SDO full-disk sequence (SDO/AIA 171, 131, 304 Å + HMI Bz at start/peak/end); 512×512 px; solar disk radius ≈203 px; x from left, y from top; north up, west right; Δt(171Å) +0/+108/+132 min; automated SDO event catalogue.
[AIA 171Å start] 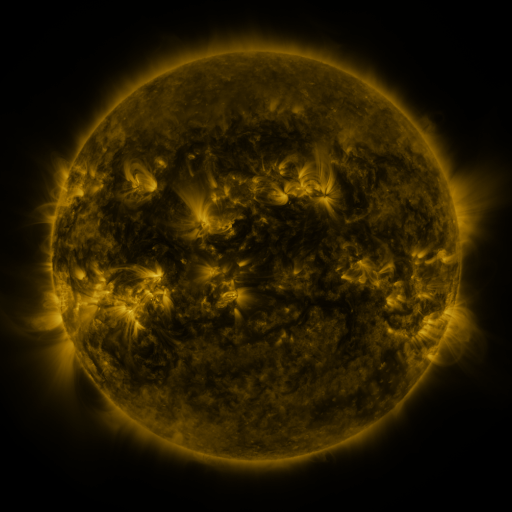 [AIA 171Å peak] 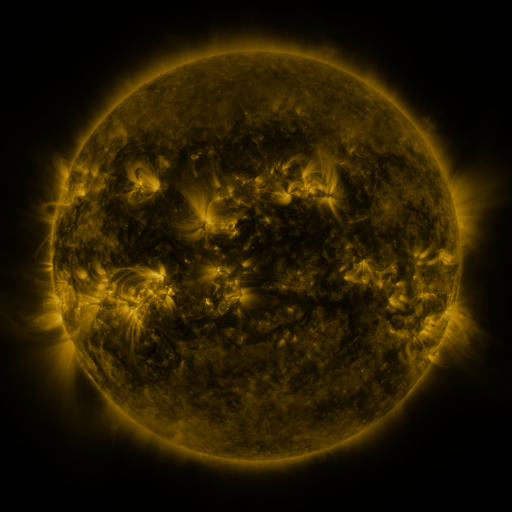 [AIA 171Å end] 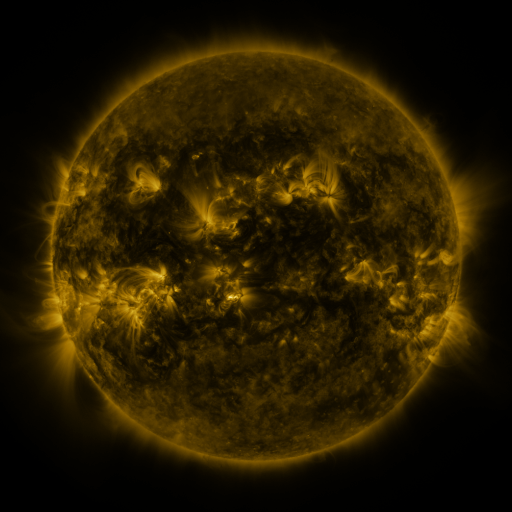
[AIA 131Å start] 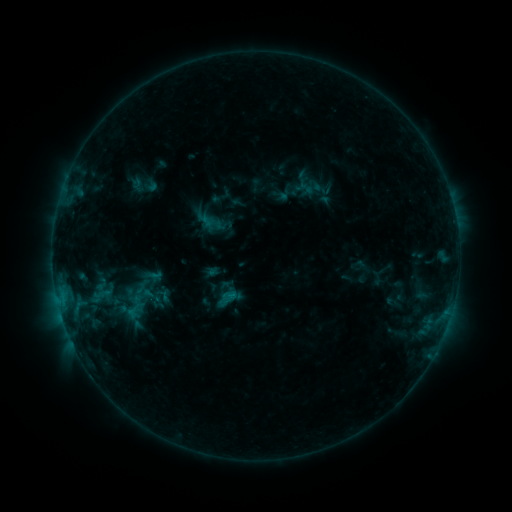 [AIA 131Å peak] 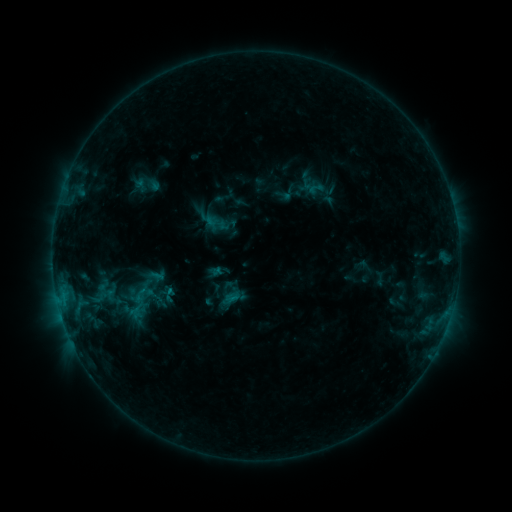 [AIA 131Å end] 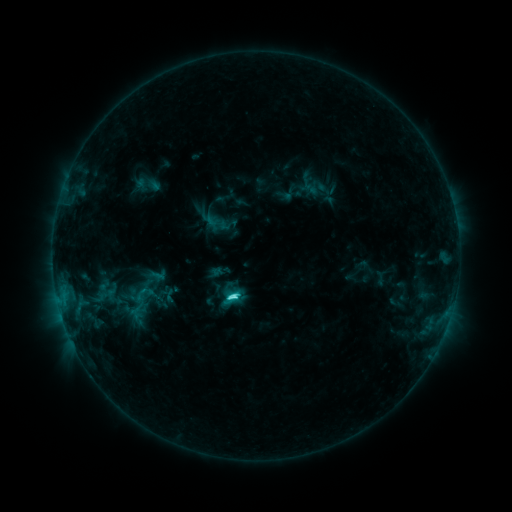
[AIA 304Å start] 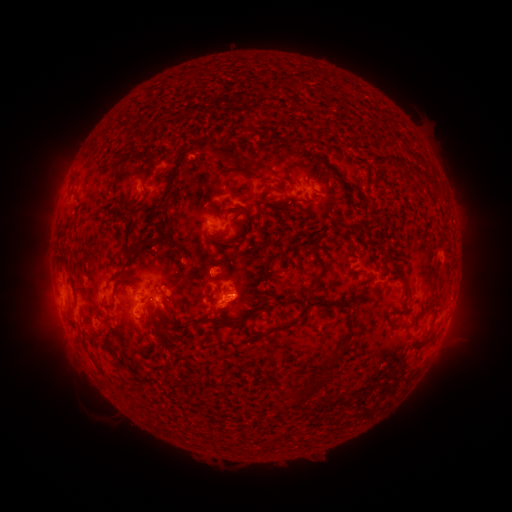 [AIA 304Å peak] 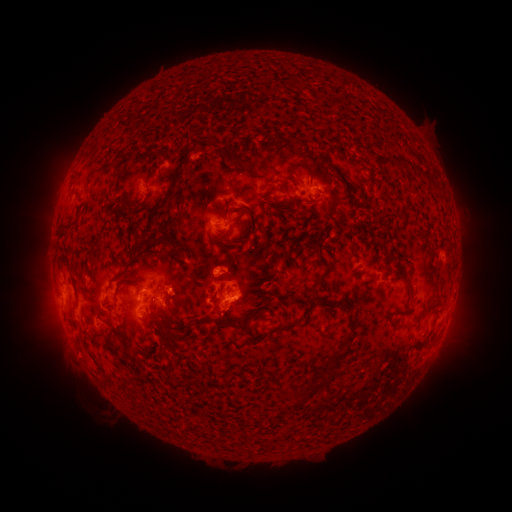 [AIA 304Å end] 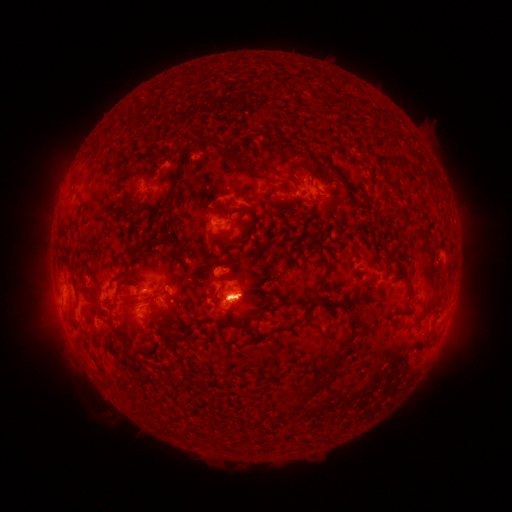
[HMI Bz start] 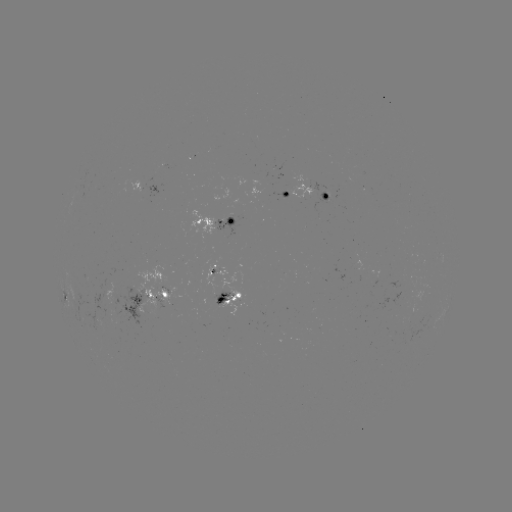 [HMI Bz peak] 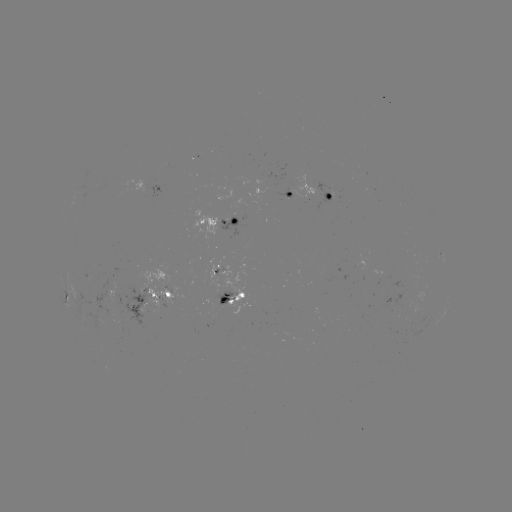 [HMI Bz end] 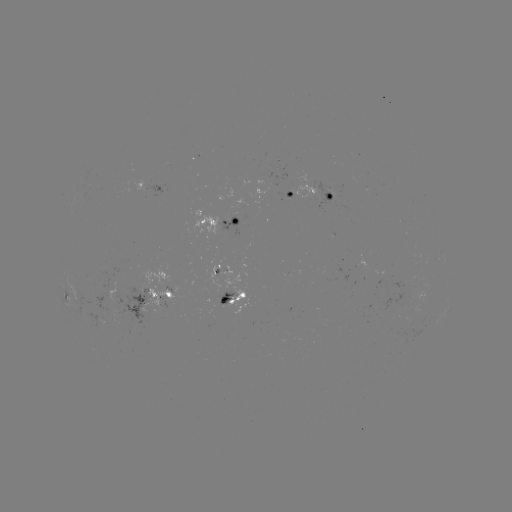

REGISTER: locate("emerging-flux region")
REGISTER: (124, 308)